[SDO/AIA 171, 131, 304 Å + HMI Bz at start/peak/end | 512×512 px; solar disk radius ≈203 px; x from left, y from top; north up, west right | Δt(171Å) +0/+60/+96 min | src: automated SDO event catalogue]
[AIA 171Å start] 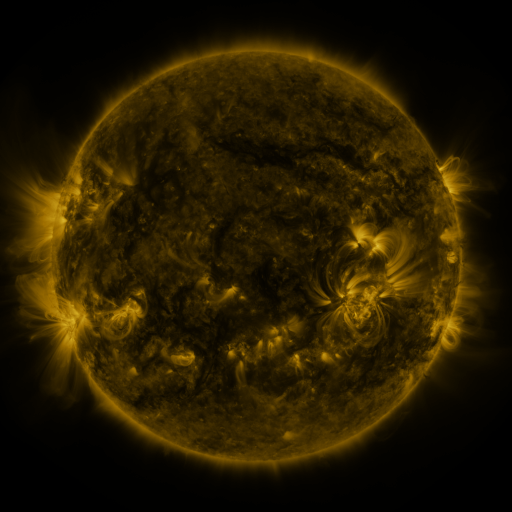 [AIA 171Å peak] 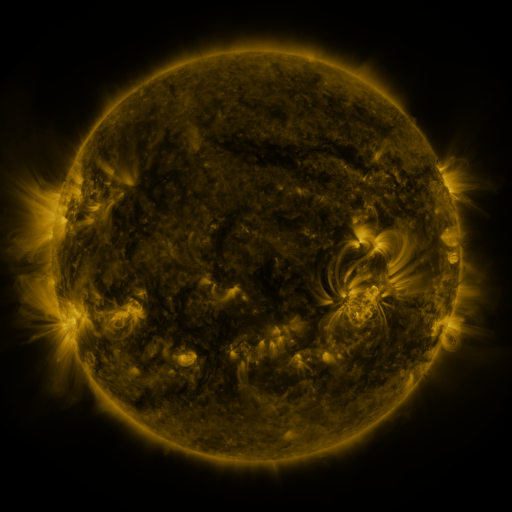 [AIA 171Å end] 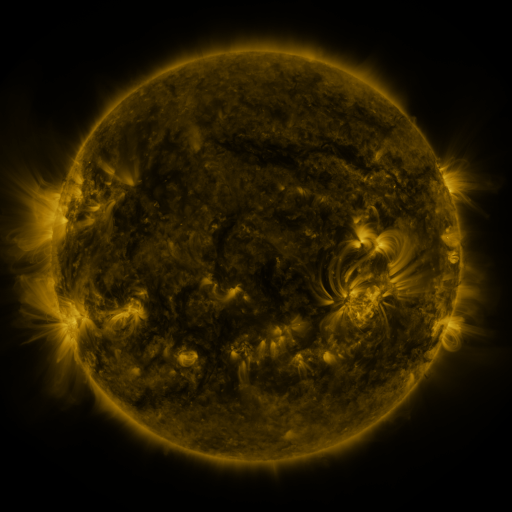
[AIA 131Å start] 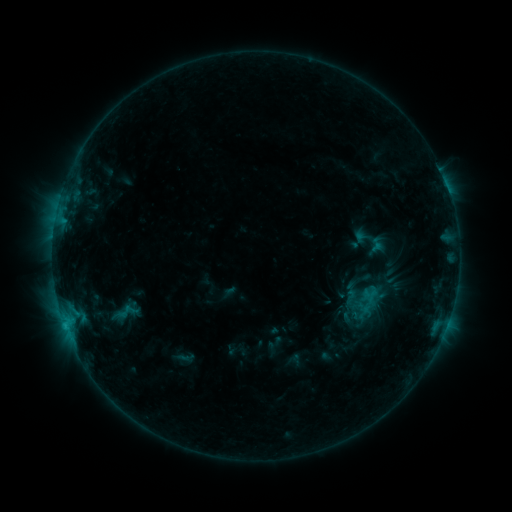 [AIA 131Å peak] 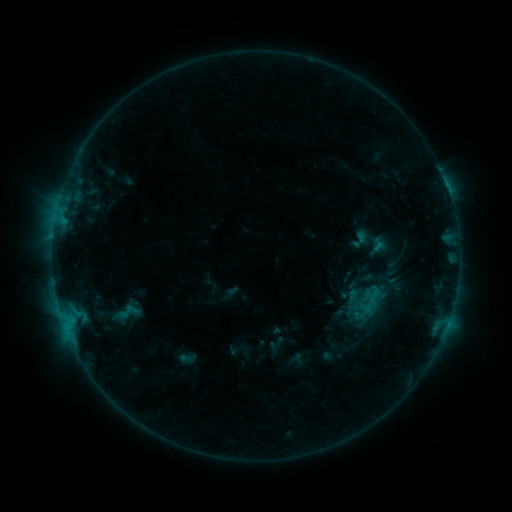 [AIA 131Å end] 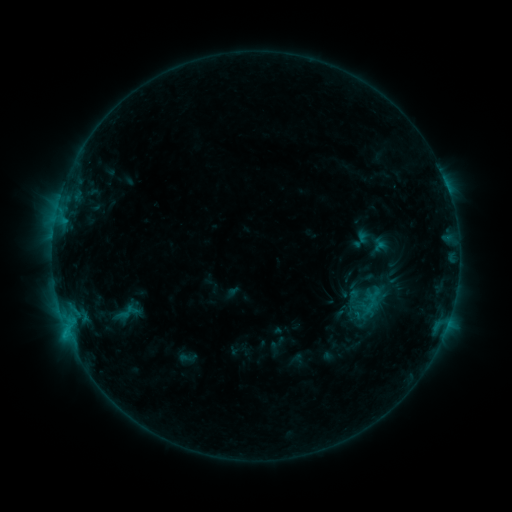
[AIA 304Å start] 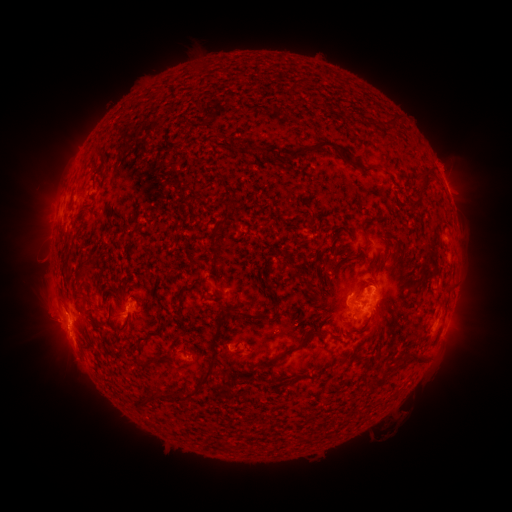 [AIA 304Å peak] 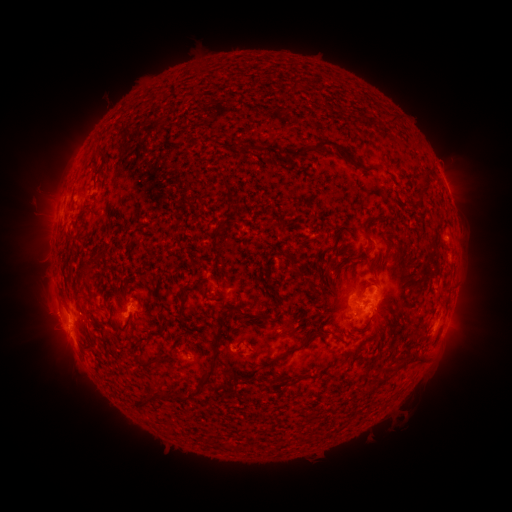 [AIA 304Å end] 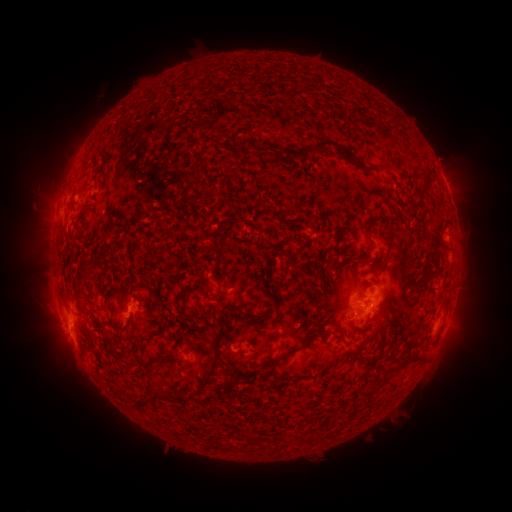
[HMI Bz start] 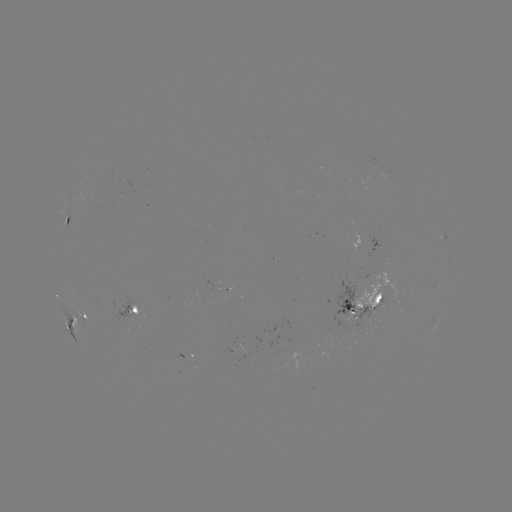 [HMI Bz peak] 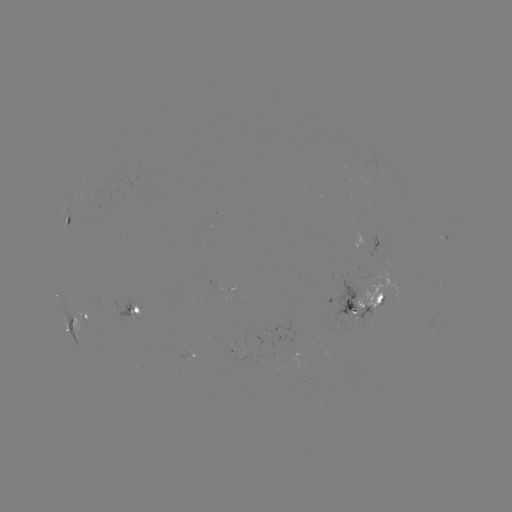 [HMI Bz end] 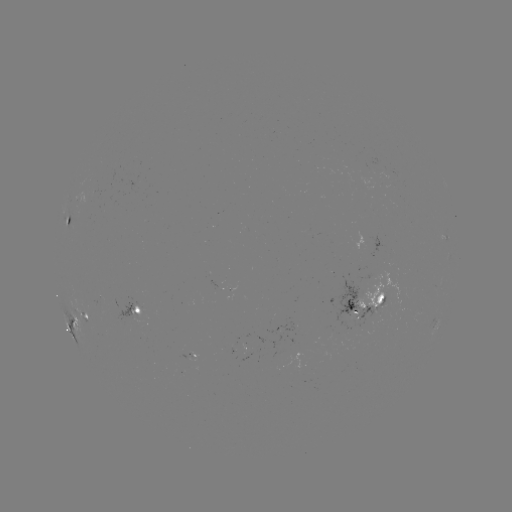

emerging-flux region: <bbox>90, 190, 100, 200</bbox>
